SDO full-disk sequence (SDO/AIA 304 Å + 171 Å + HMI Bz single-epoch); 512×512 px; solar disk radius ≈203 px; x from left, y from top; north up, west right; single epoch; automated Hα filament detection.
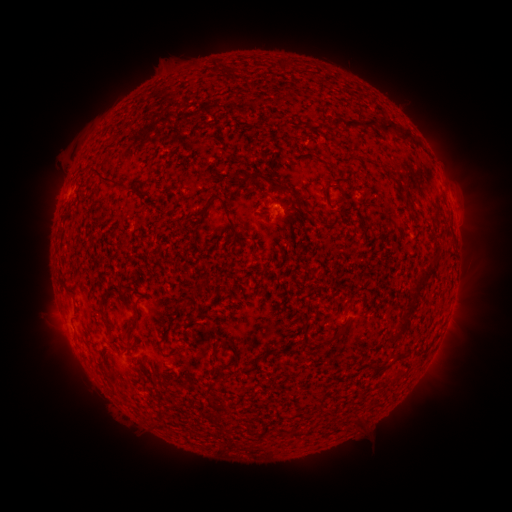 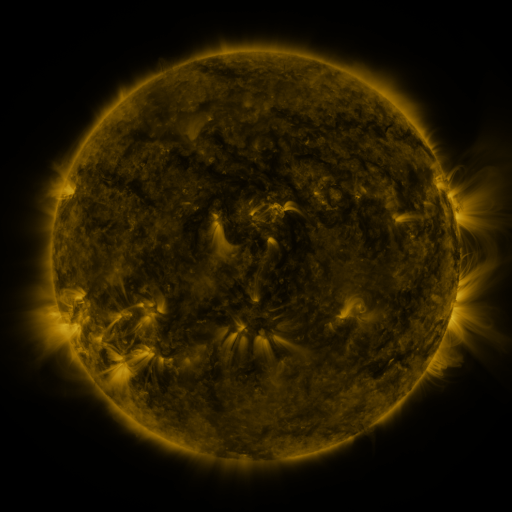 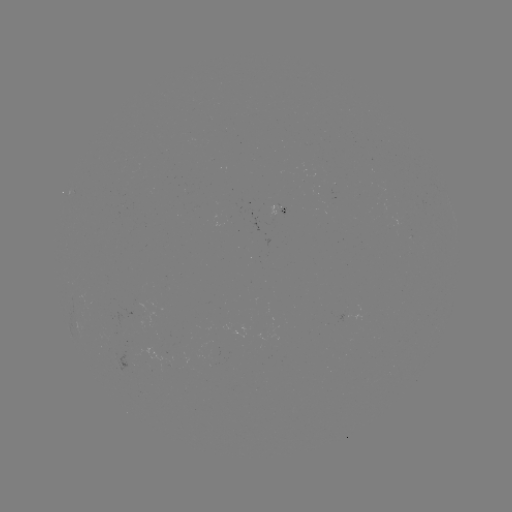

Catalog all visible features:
filament: <bbox>351, 120, 378, 131</bbox>
filament: <bbox>382, 122, 401, 135</bbox>
filament: <bbox>400, 131, 414, 143</bbox>
filament: <bbox>243, 172, 294, 197</bbox>
filament: <bbox>100, 173, 114, 183</bbox>
filament: <bbox>222, 204, 247, 243</bbox>
filament: <bbox>201, 205, 209, 215</bbox>
filament: <bbox>410, 266, 435, 294</bbox>
filament: <bbox>402, 304, 415, 314</bbox>
filament: <bbox>126, 318, 135, 327</bbox>
filament: <bbox>396, 320, 406, 331</bbox>
filament: <bbox>224, 342, 237, 359</bbox>
filament: <bbox>253, 354, 264, 363</bbox>
filament: <bbox>372, 363, 384, 373</bbox>
